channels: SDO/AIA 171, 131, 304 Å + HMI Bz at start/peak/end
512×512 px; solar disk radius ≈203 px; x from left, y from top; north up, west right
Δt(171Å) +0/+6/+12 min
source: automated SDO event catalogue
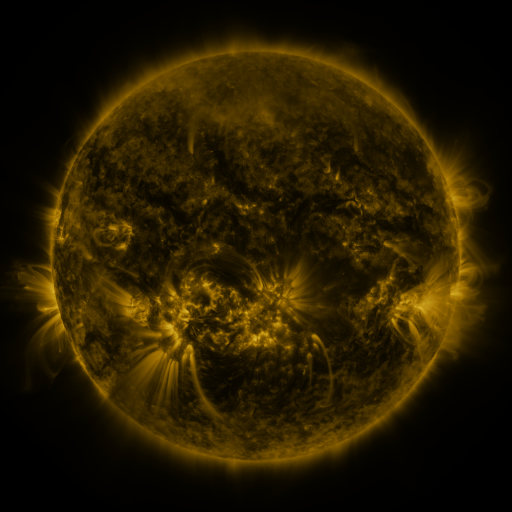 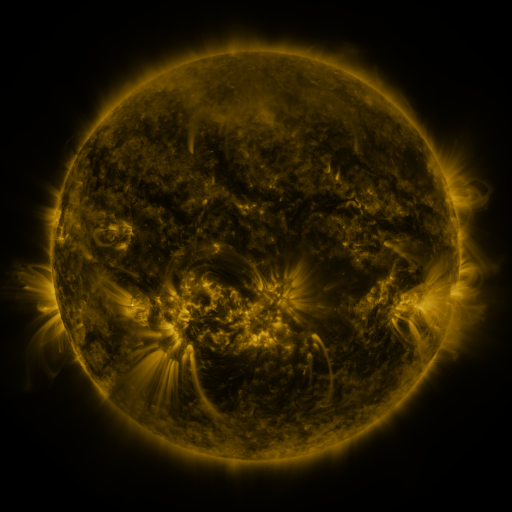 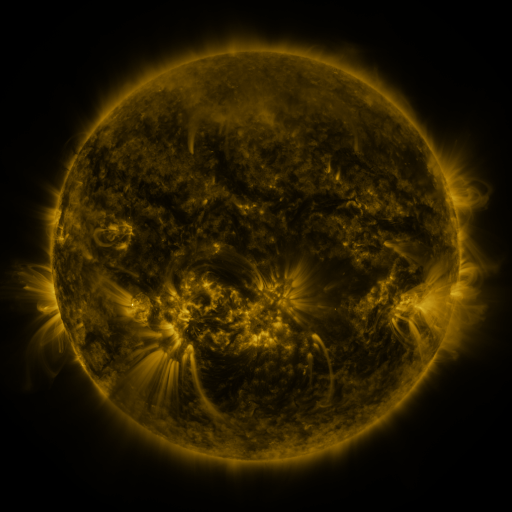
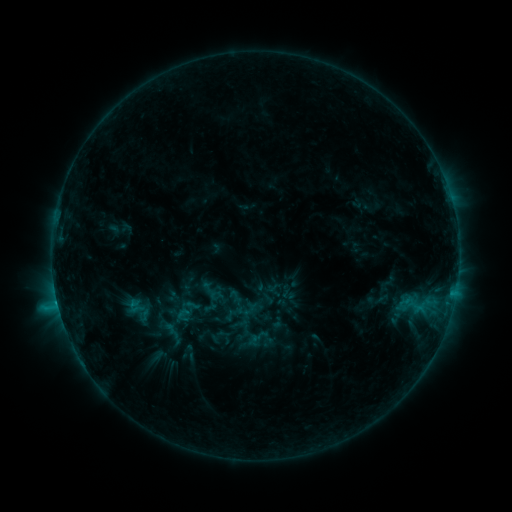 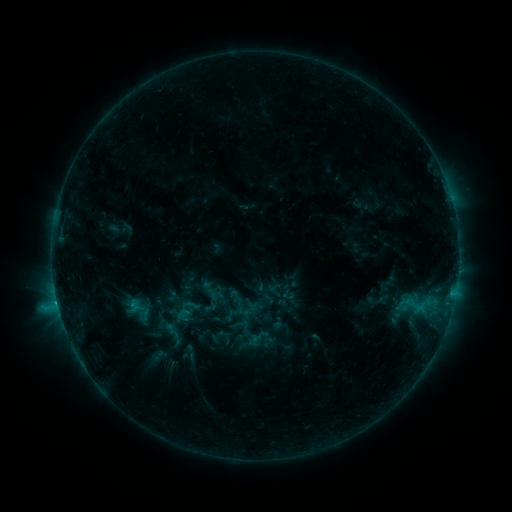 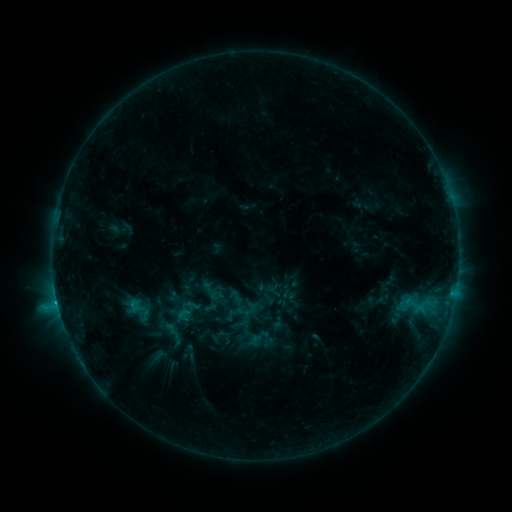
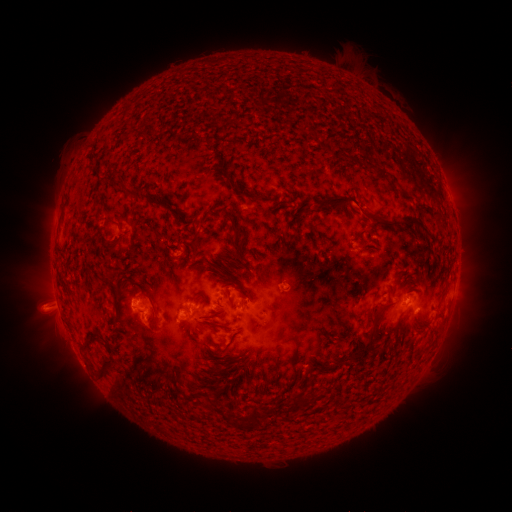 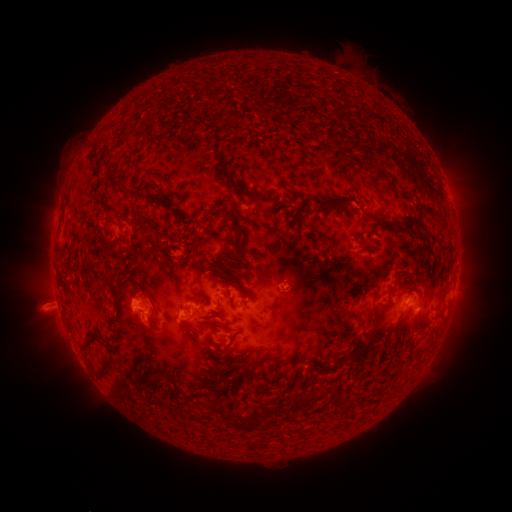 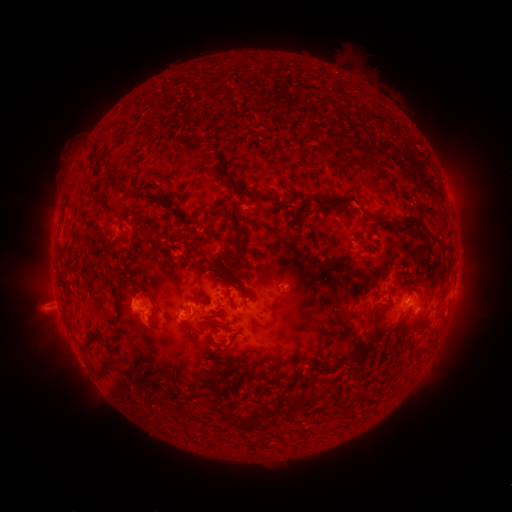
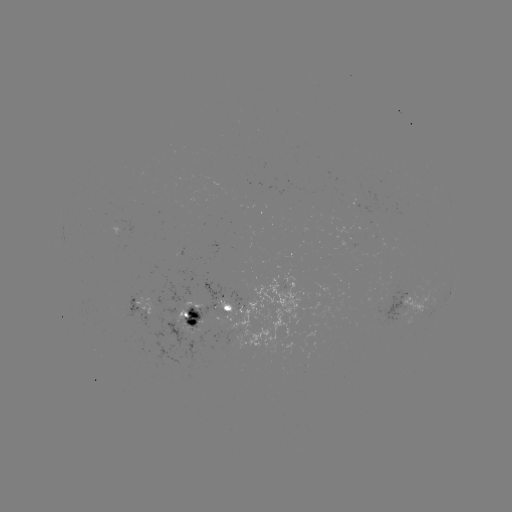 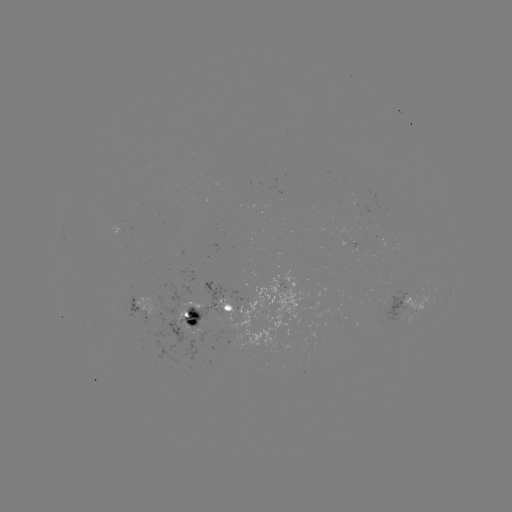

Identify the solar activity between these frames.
C1.1 flare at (58, 301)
